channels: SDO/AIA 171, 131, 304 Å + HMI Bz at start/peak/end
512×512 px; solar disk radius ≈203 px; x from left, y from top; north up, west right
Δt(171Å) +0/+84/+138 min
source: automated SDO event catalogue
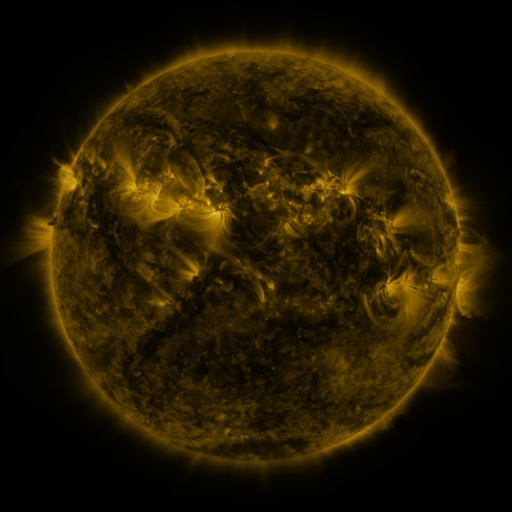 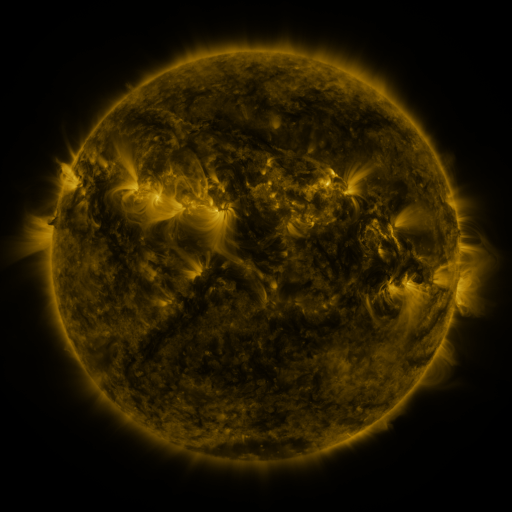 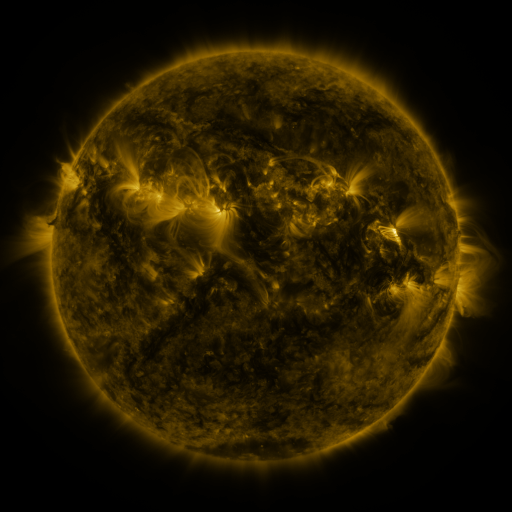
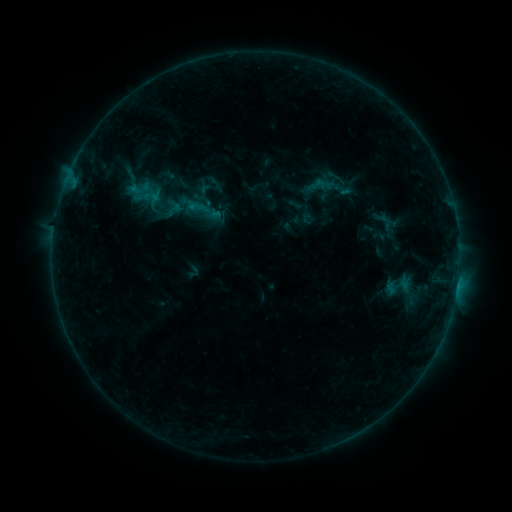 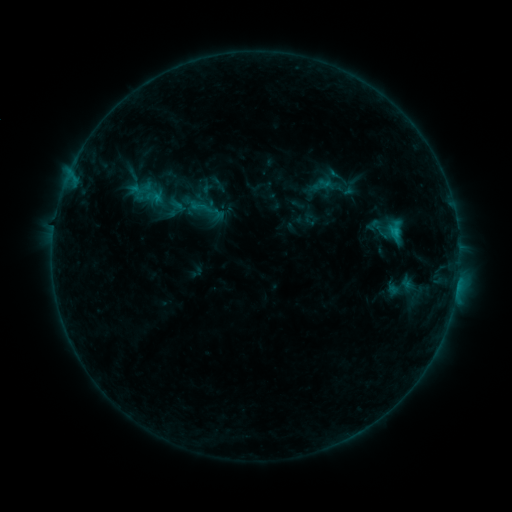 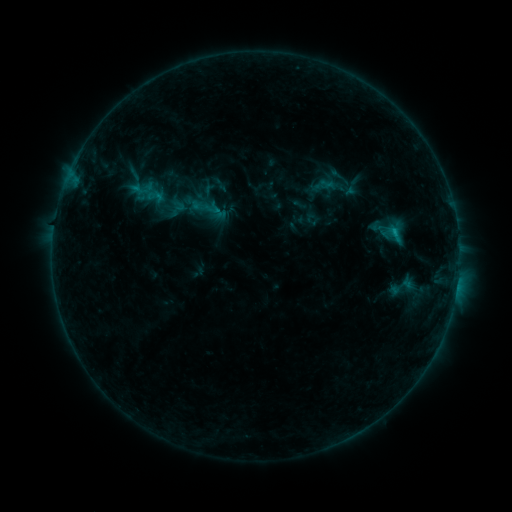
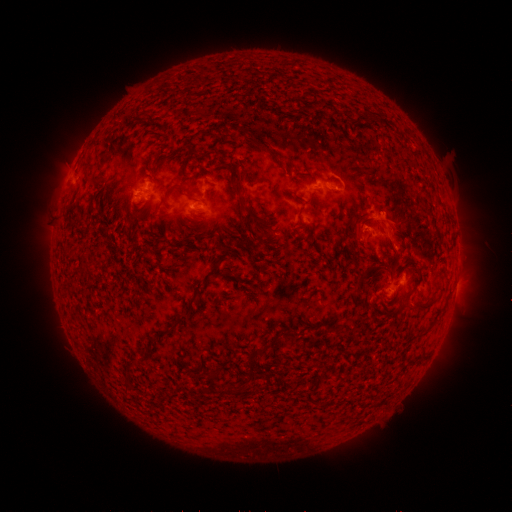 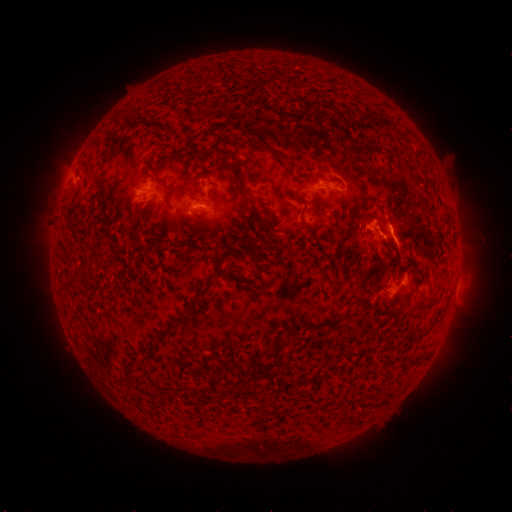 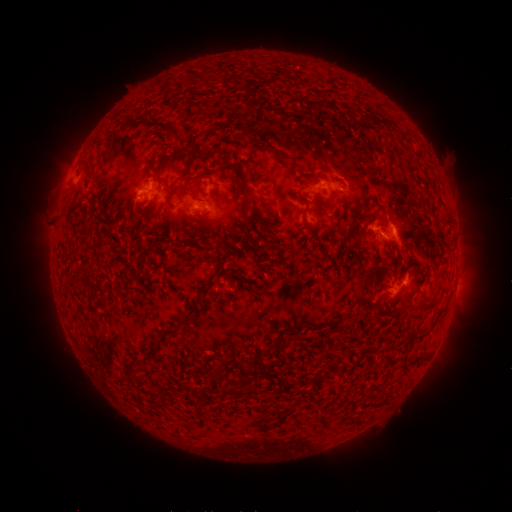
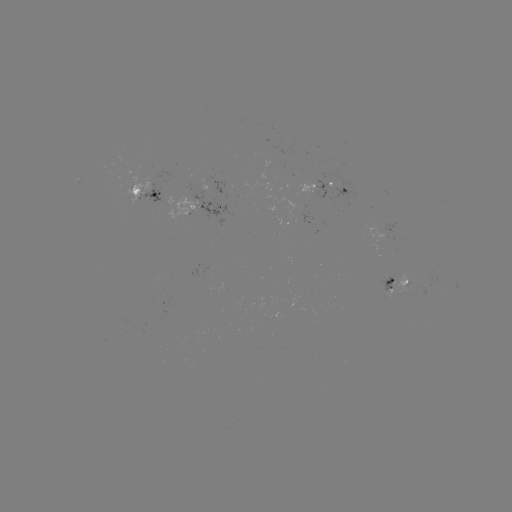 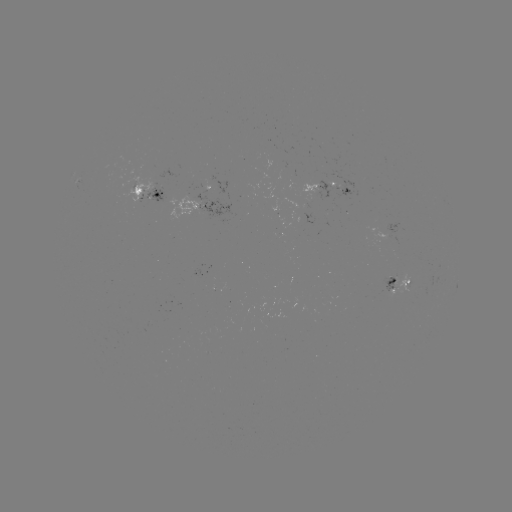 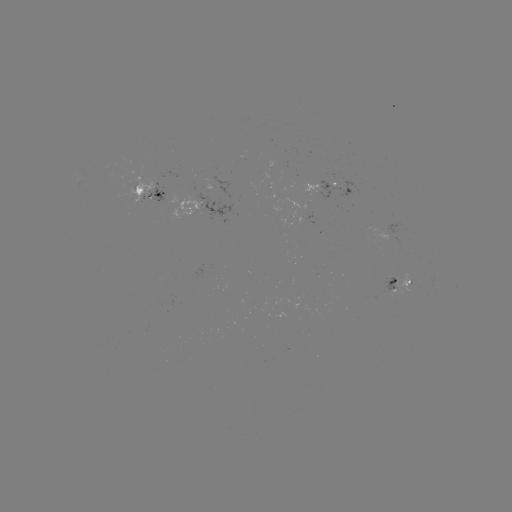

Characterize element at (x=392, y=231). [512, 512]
C1.3 flare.